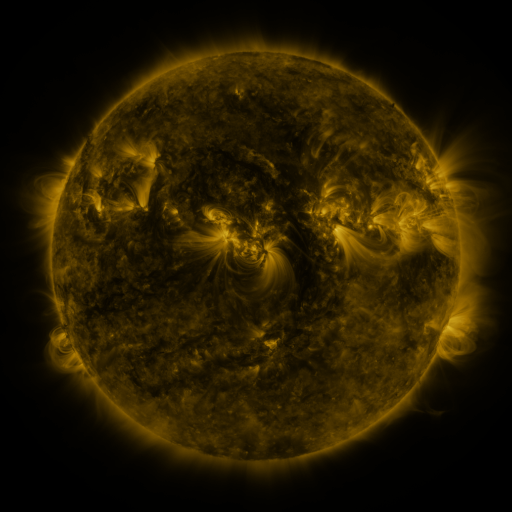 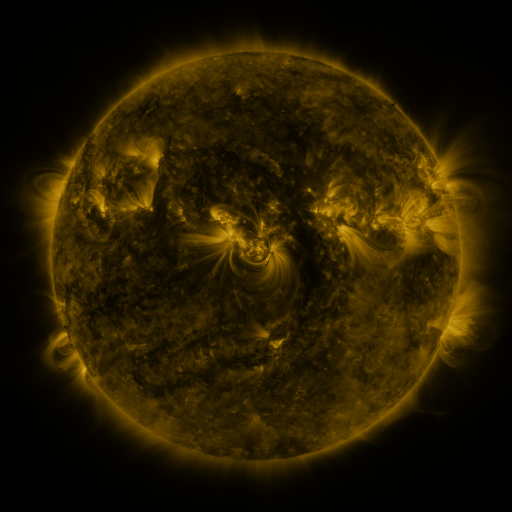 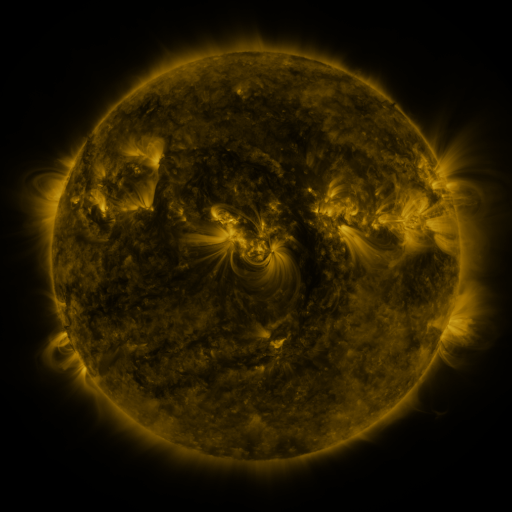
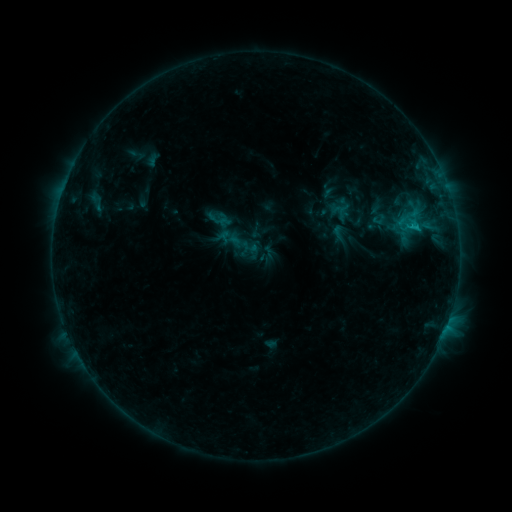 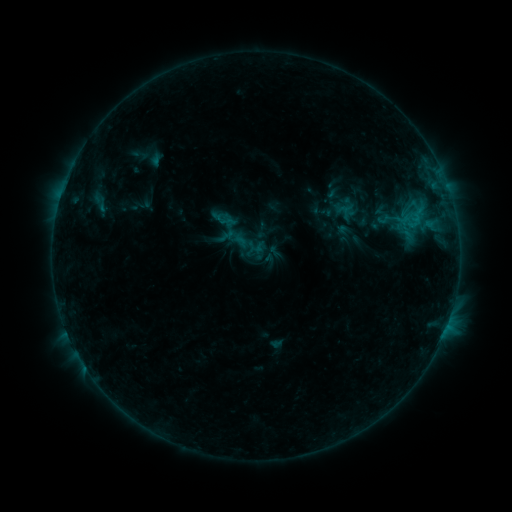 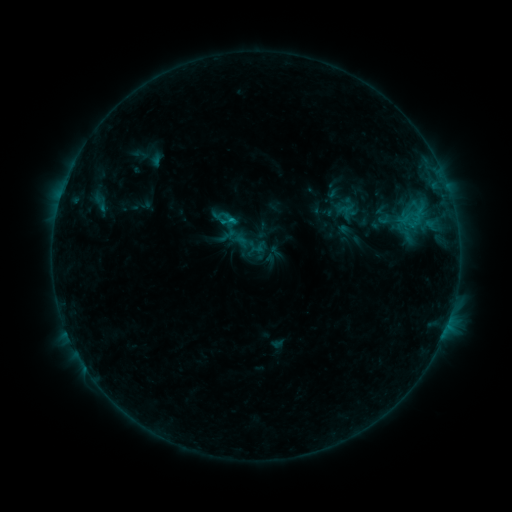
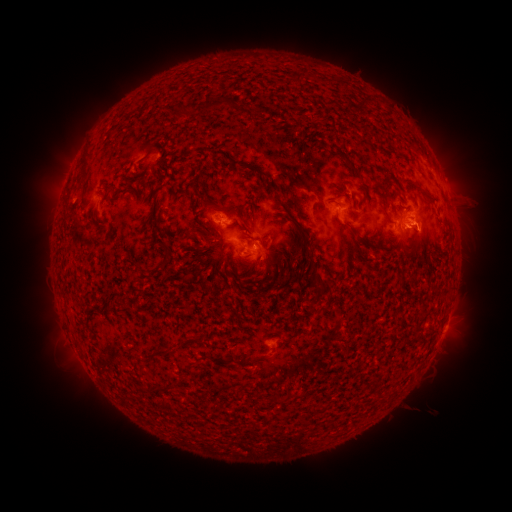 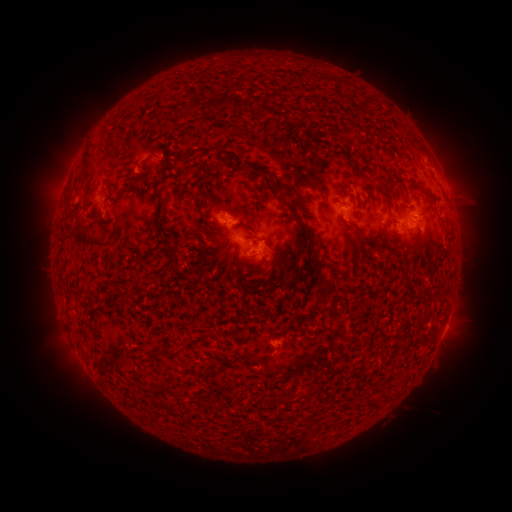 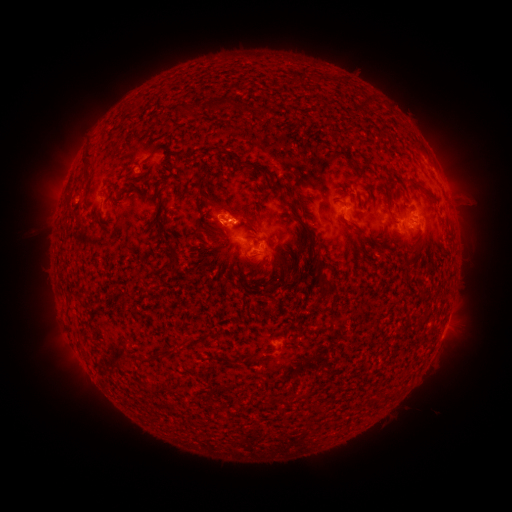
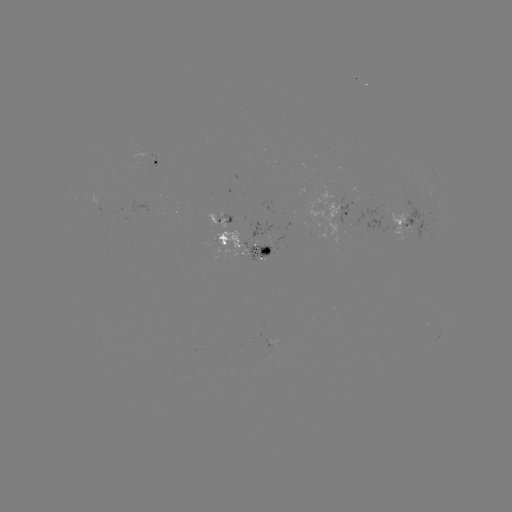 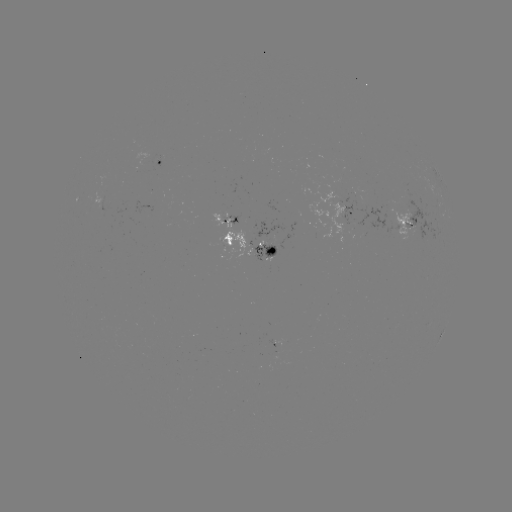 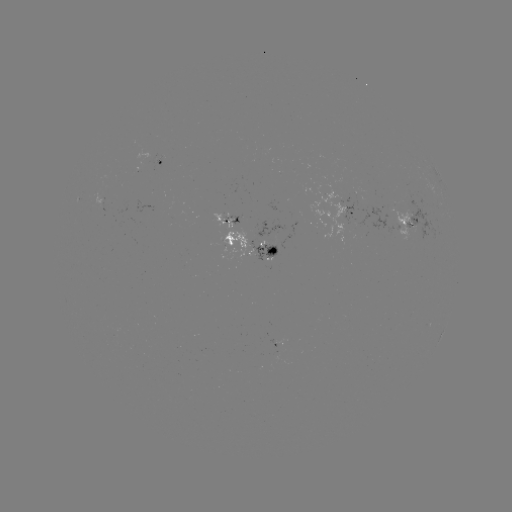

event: emerging-flux region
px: (267, 255)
